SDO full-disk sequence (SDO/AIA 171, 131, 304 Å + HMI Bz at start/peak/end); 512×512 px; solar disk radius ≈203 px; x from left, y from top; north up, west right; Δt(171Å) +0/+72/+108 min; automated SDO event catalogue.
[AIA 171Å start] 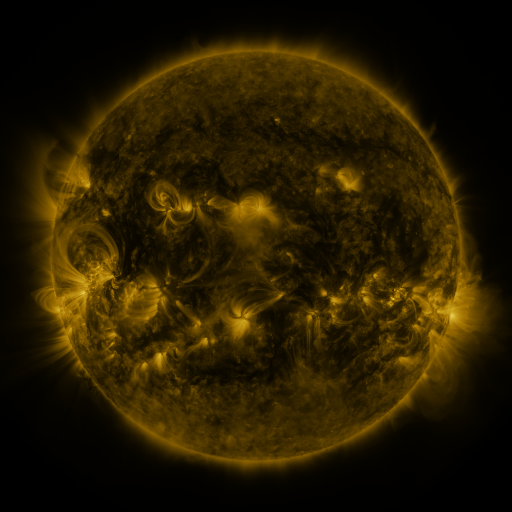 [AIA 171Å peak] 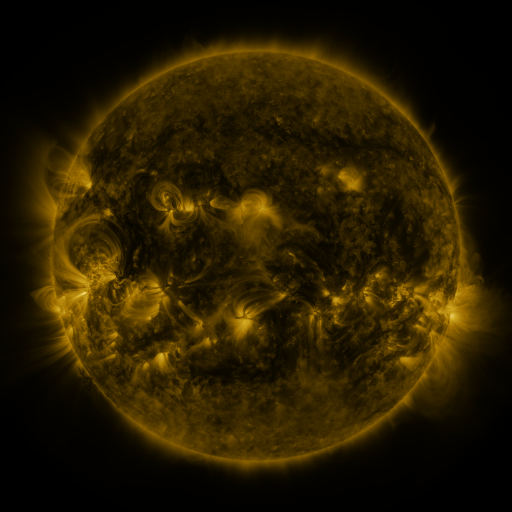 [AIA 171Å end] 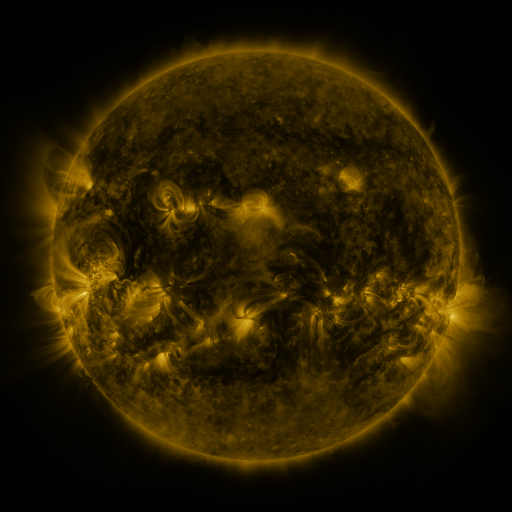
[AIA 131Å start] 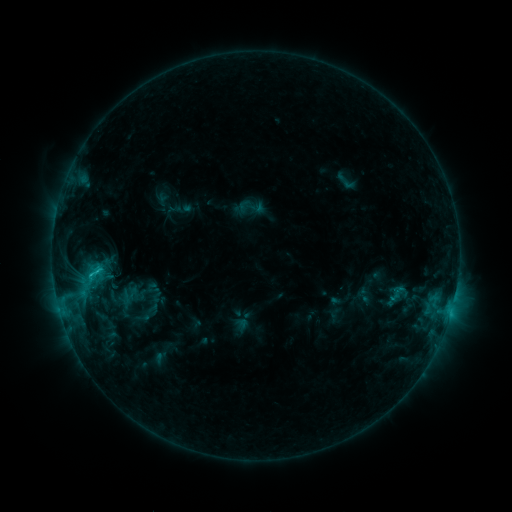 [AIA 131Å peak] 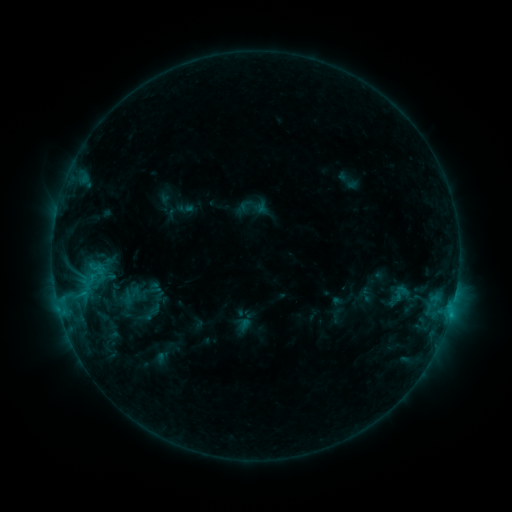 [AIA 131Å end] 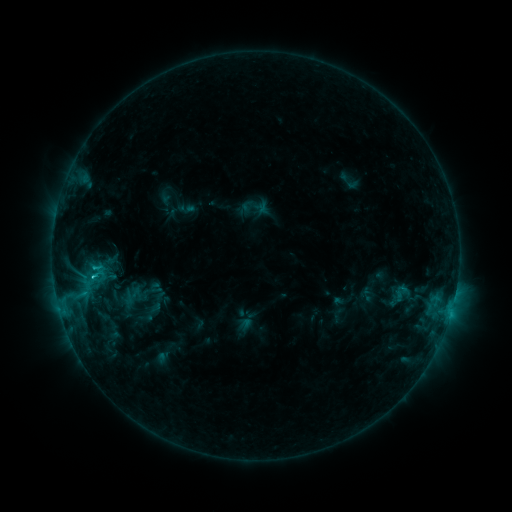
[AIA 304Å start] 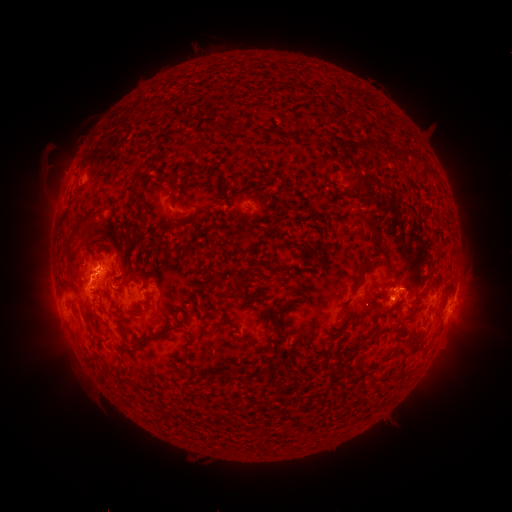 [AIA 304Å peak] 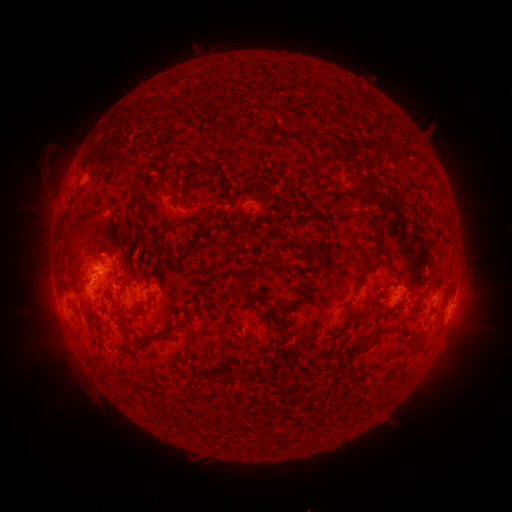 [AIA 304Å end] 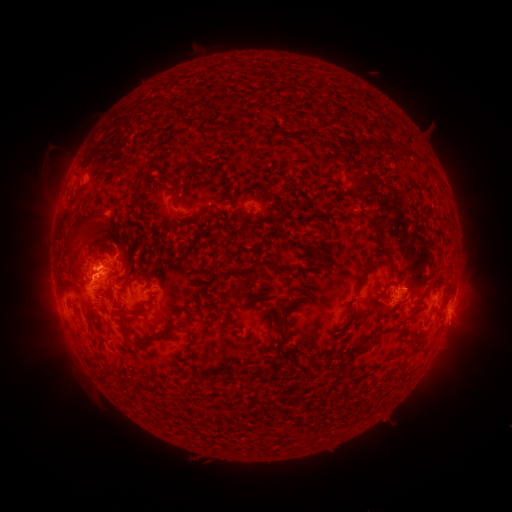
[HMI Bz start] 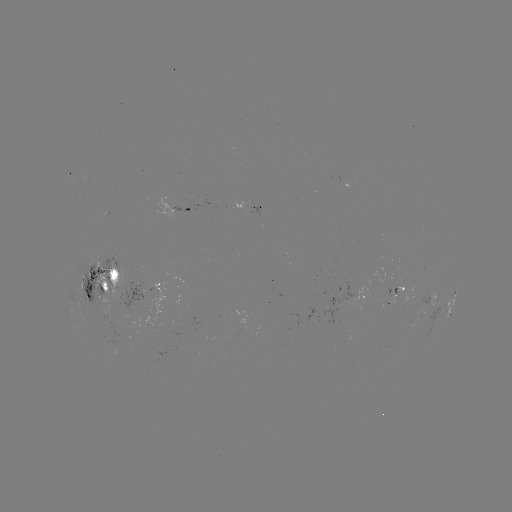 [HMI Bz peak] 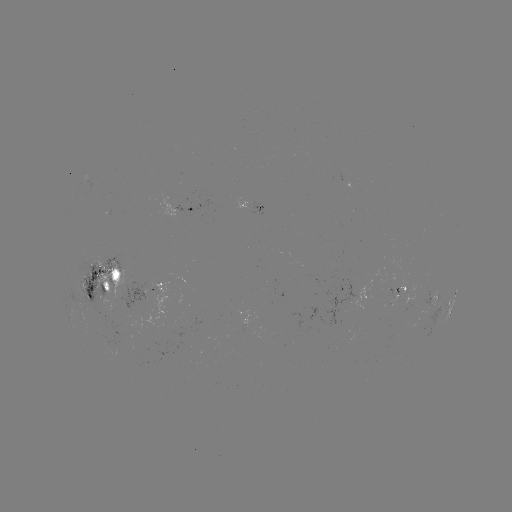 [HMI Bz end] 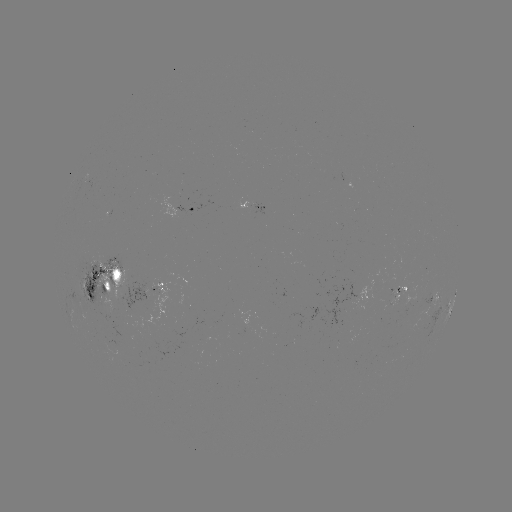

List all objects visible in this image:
emerging-flux region: (341, 311)
